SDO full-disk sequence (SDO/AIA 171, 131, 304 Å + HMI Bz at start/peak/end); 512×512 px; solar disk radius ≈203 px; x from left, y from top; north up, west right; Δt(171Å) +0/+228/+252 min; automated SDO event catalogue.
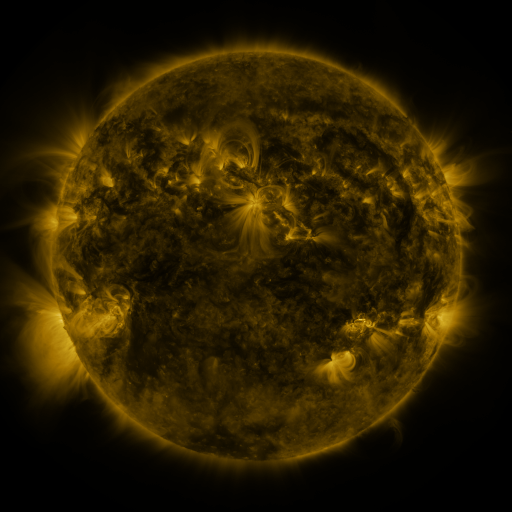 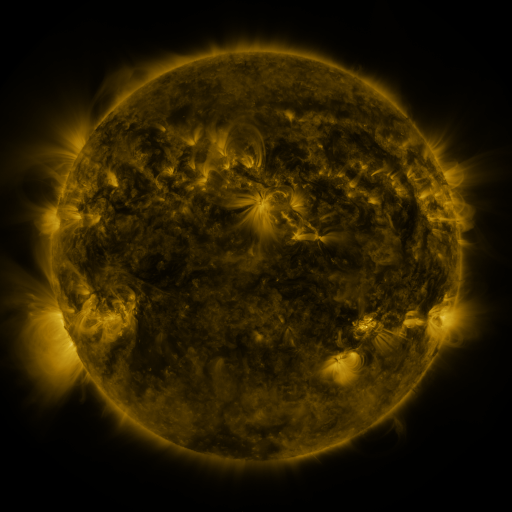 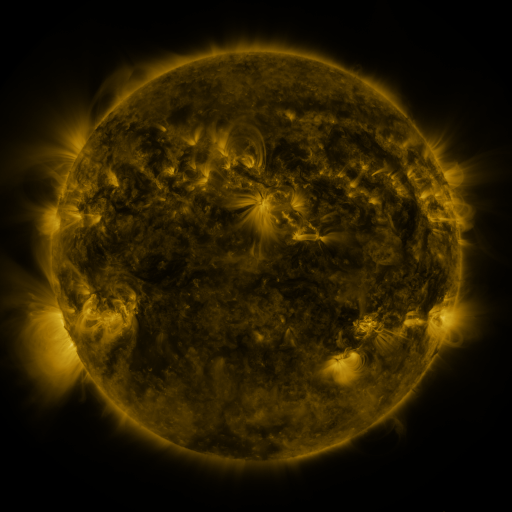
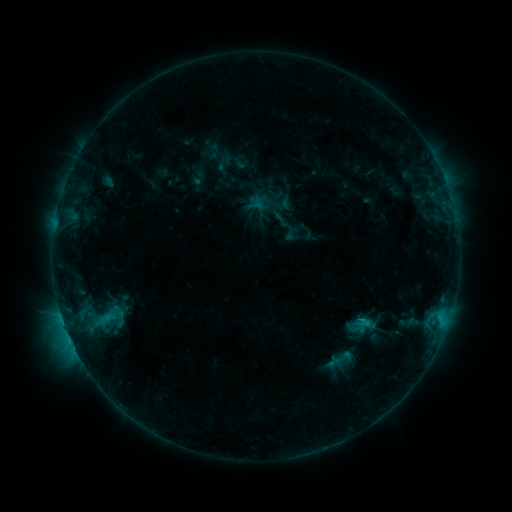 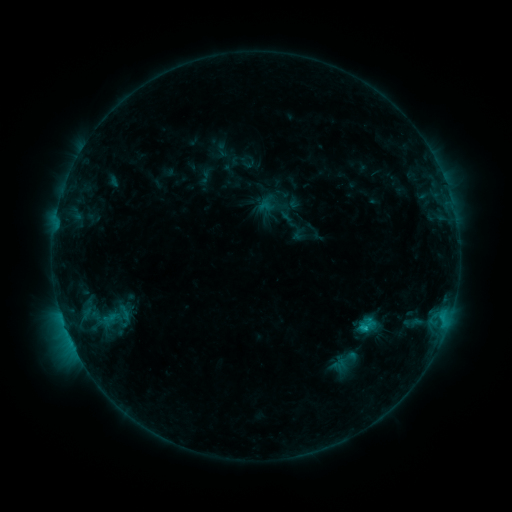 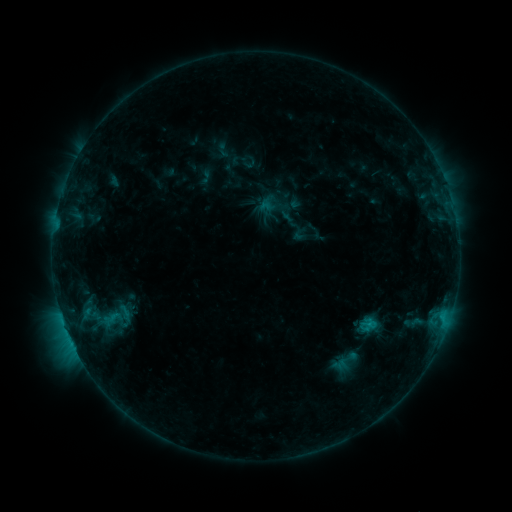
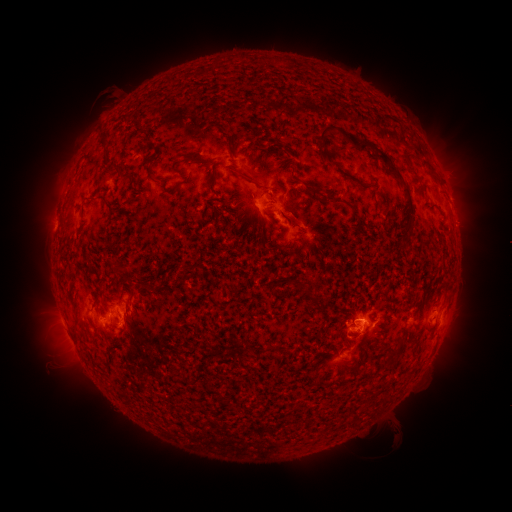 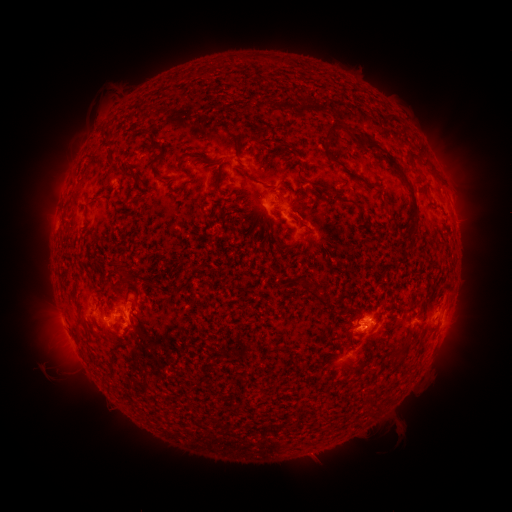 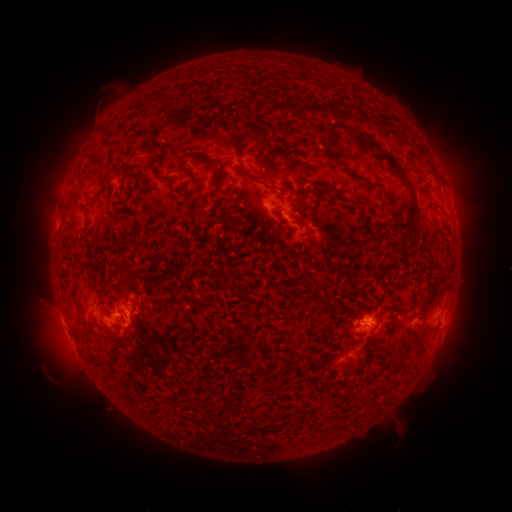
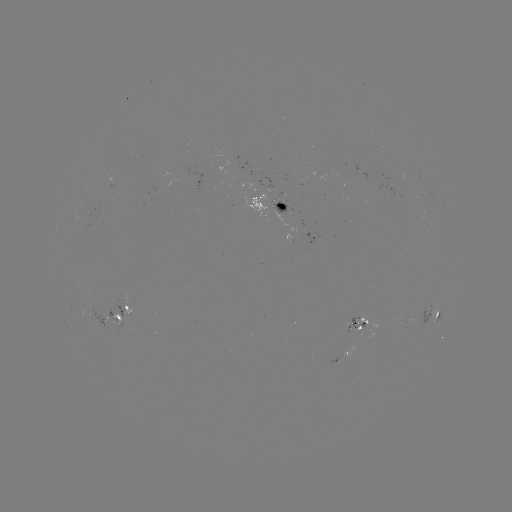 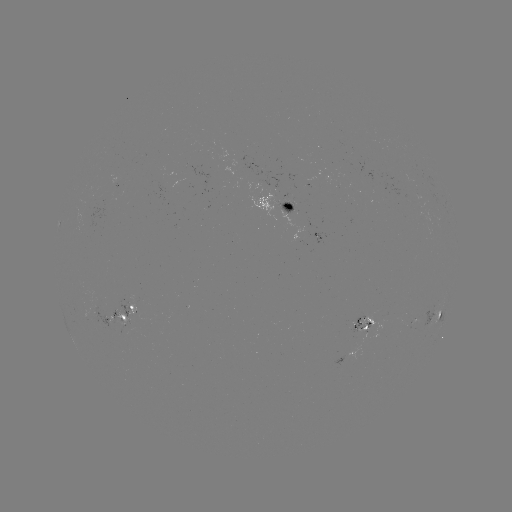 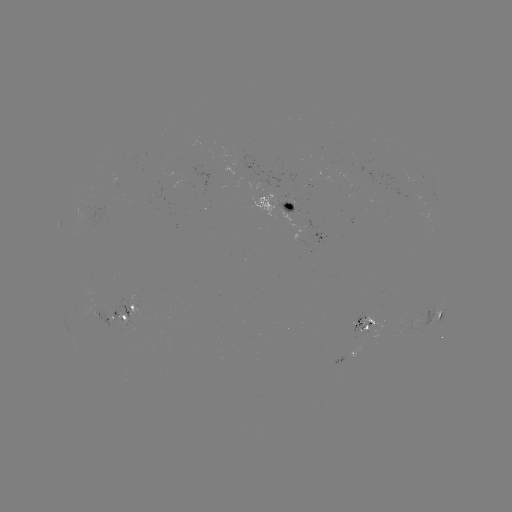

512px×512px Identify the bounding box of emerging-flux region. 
[351, 317, 363, 343].